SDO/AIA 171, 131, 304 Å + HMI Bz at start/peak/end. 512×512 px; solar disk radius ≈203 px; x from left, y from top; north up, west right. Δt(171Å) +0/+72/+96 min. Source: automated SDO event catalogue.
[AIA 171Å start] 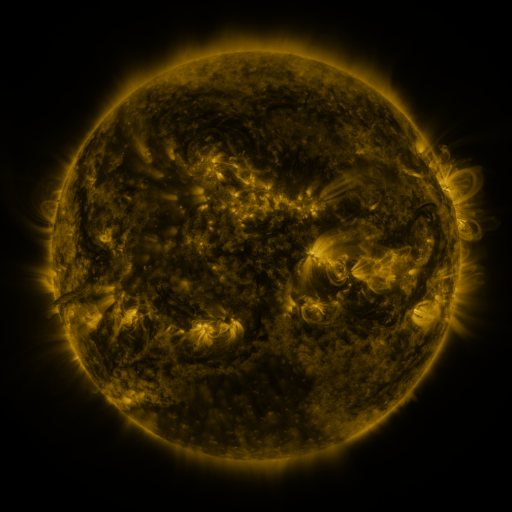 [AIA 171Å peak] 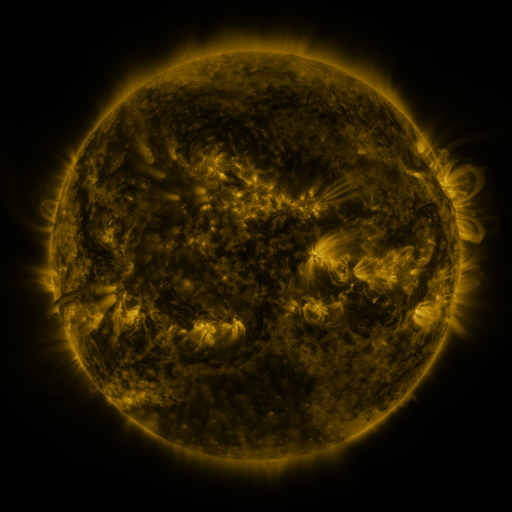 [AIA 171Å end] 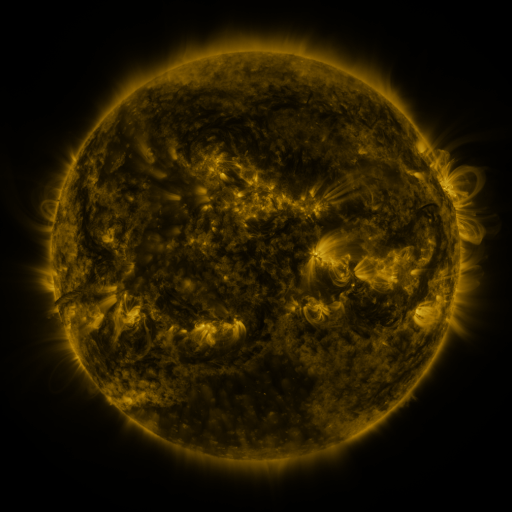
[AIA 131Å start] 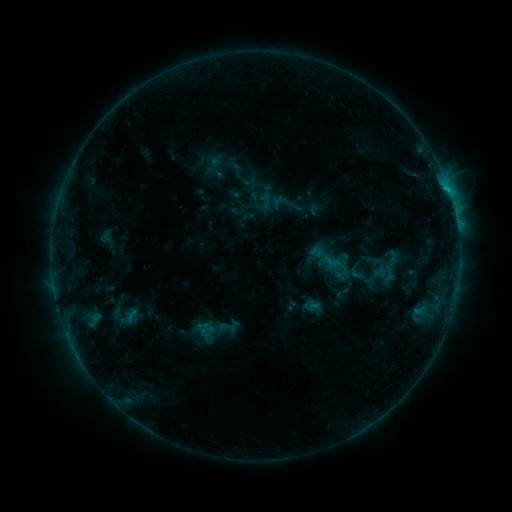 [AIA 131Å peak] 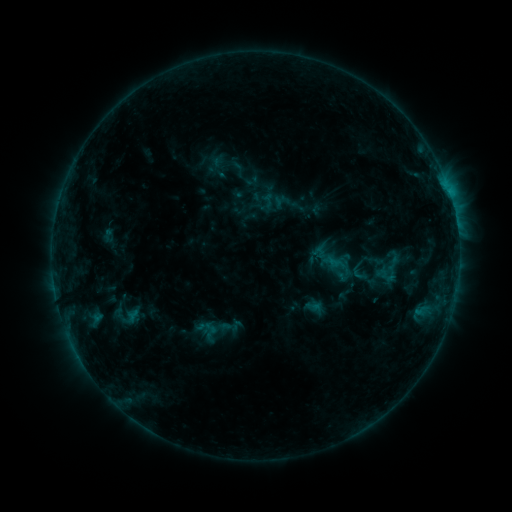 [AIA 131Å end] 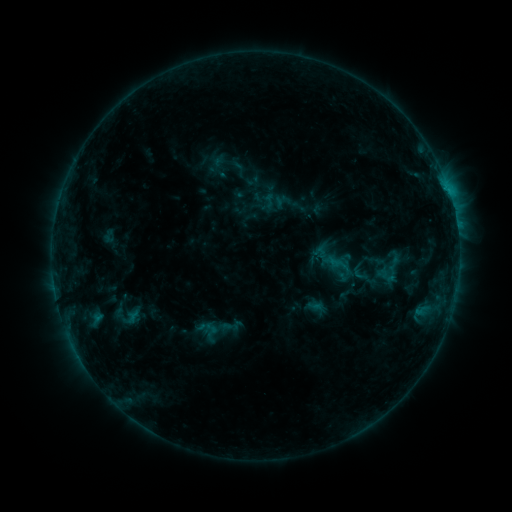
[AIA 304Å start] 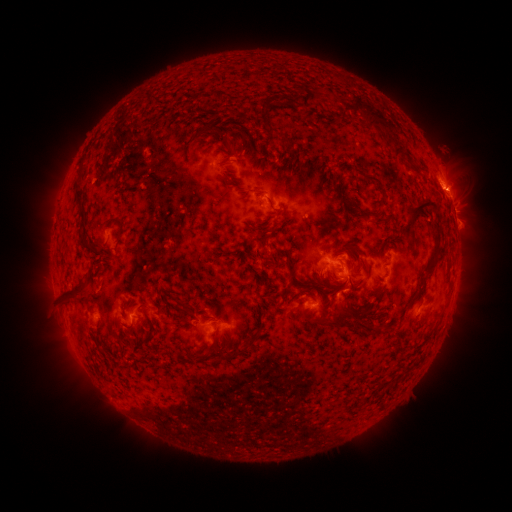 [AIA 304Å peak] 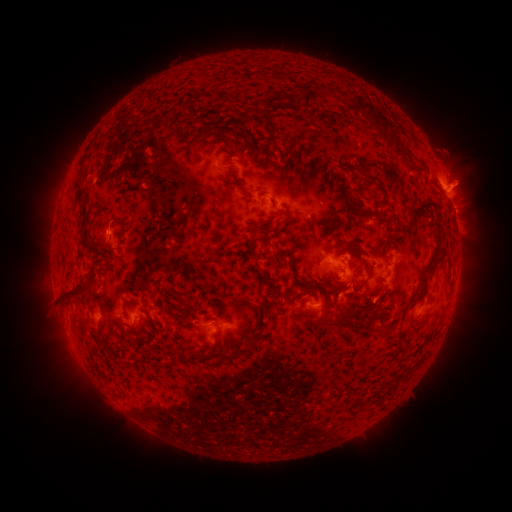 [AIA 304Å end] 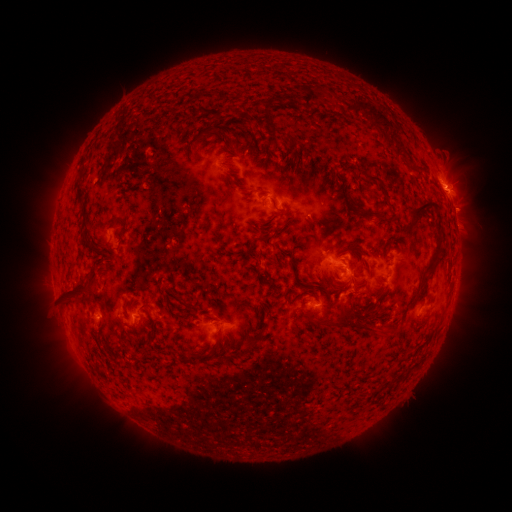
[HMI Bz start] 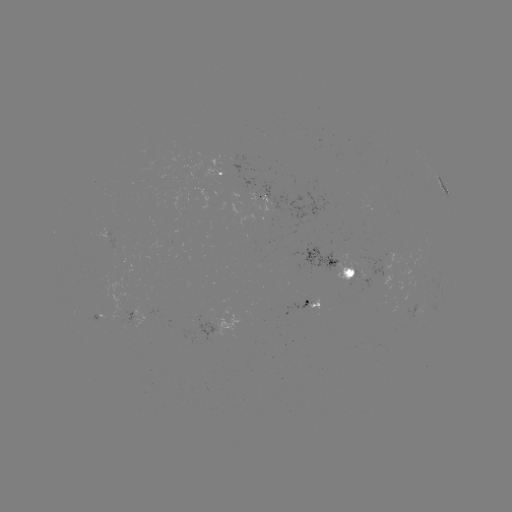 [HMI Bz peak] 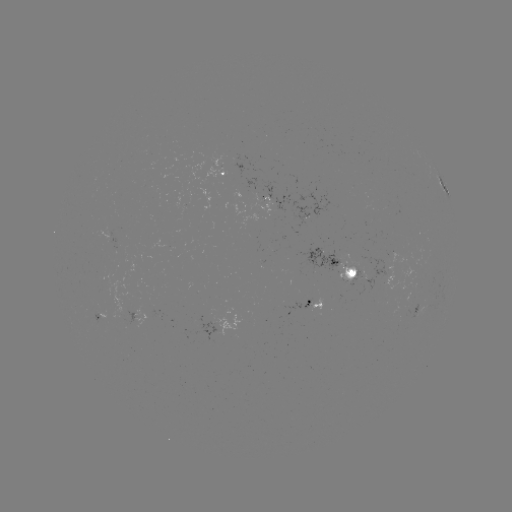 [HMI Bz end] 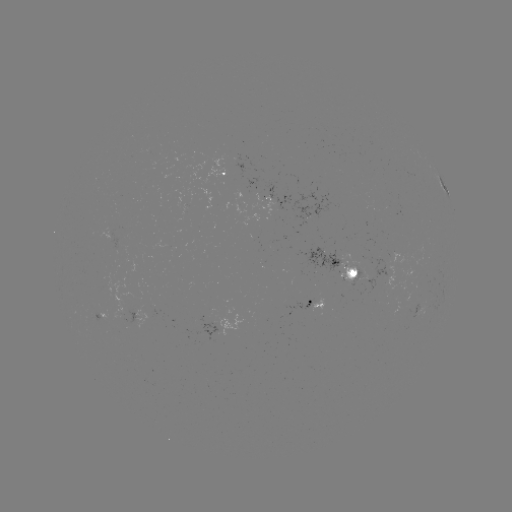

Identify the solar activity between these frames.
emerging-flux region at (332, 258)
